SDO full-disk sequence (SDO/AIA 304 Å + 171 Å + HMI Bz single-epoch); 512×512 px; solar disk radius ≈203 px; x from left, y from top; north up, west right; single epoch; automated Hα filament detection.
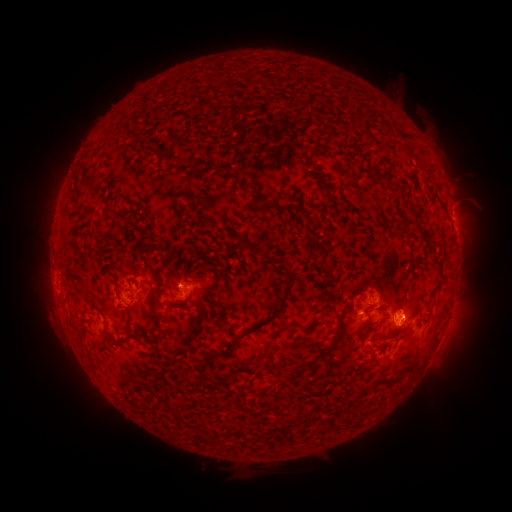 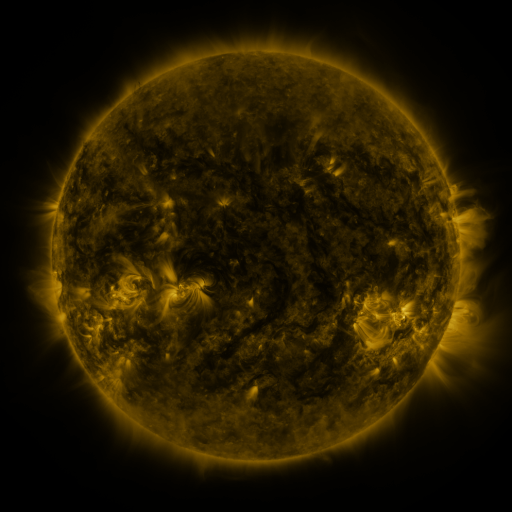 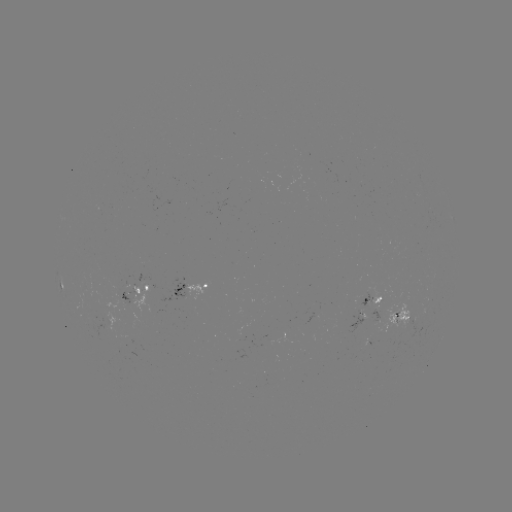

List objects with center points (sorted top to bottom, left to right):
filament: [86, 173, 100, 188]
filament: [385, 180, 397, 190]
filament: [245, 190, 286, 212]
filament: [331, 195, 341, 202]
filament: [389, 217, 415, 228]
filament: [94, 238, 106, 250]
filament: [247, 245, 258, 256]
filament: [317, 250, 328, 270]
filament: [282, 266, 293, 284]
filament: [149, 283, 160, 303]
filament: [197, 306, 281, 385]
filament: [322, 306, 335, 315]
filament: [336, 307, 354, 328]
filament: [196, 309, 204, 318]
filament: [151, 312, 161, 324]
filament: [307, 322, 314, 331]
filament: [247, 330, 277, 371]
filament: [114, 335, 128, 346]
filament: [374, 370, 404, 388]
